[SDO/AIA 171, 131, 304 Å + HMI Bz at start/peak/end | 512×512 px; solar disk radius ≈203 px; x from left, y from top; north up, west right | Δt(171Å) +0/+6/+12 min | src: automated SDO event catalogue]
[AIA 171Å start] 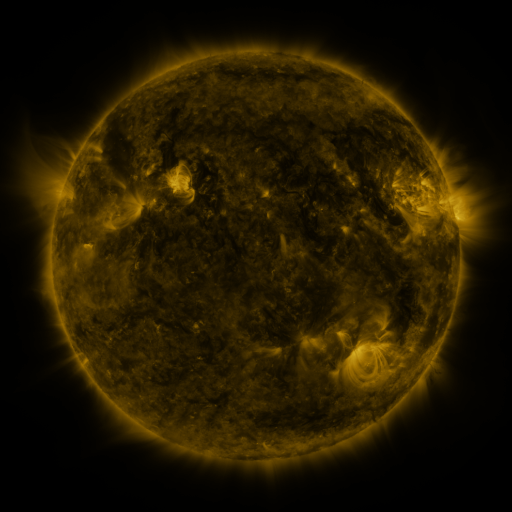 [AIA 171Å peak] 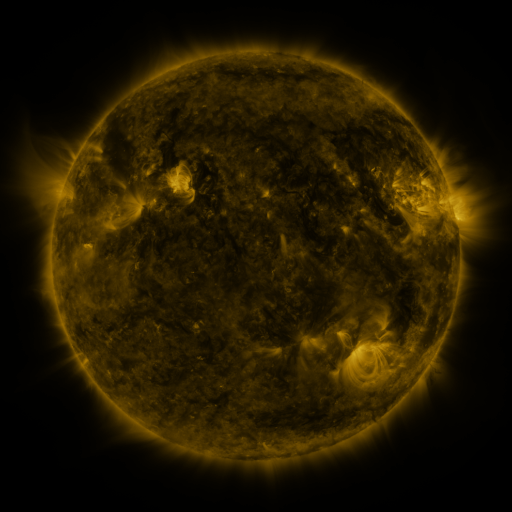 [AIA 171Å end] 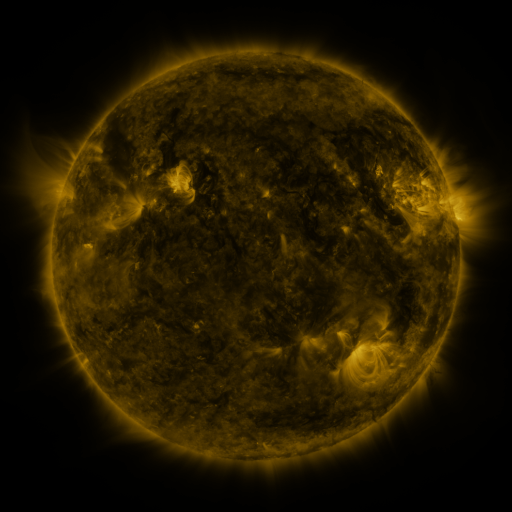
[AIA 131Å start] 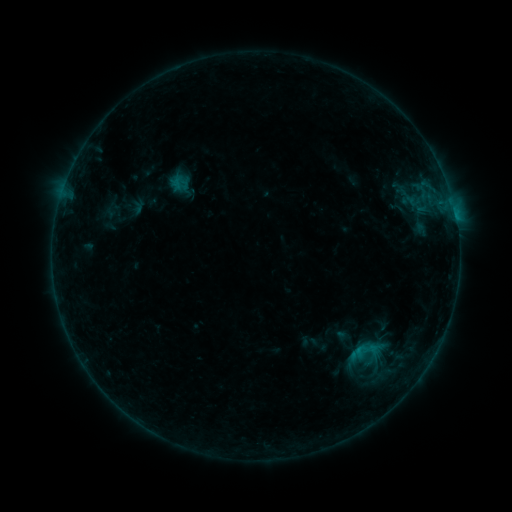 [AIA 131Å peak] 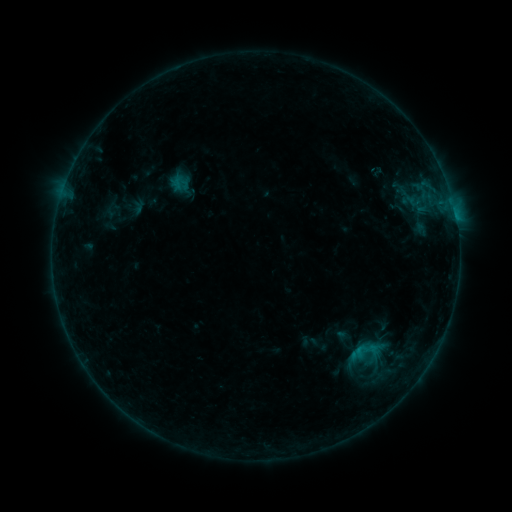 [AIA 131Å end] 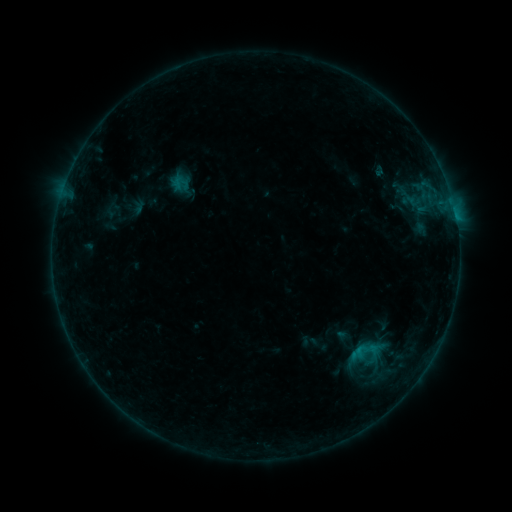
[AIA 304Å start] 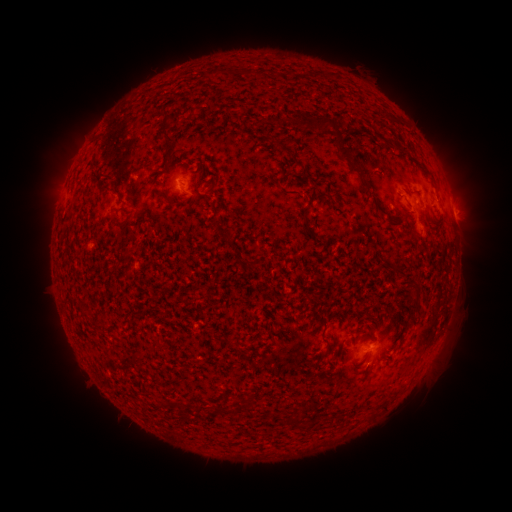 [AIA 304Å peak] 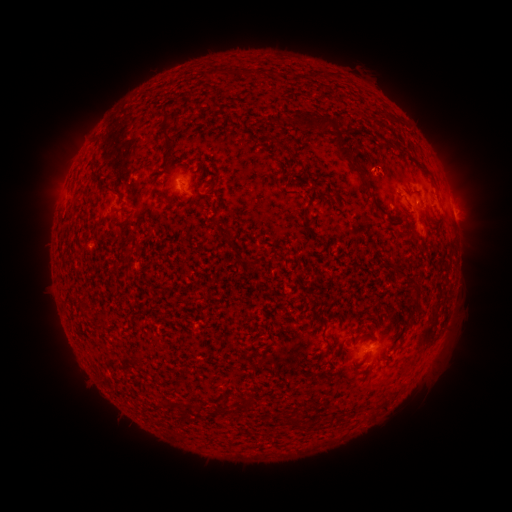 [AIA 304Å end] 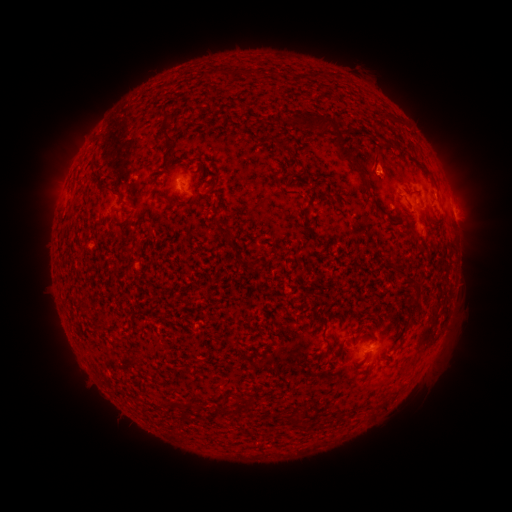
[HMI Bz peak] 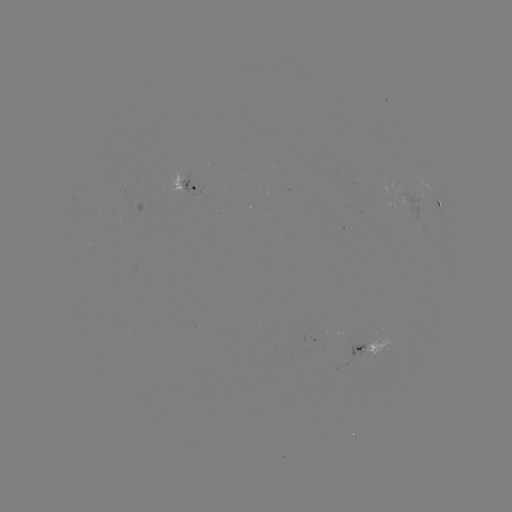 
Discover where eruption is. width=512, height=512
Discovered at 374,165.